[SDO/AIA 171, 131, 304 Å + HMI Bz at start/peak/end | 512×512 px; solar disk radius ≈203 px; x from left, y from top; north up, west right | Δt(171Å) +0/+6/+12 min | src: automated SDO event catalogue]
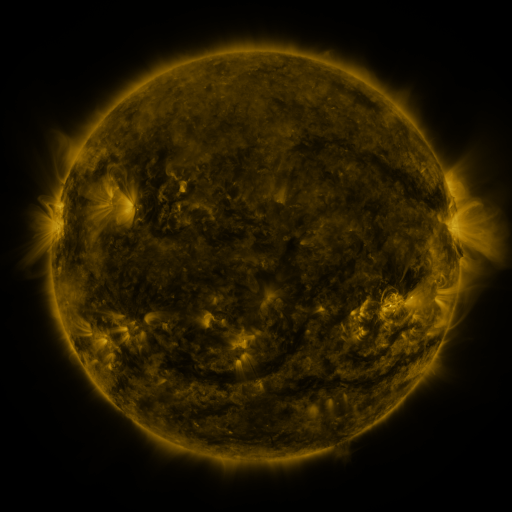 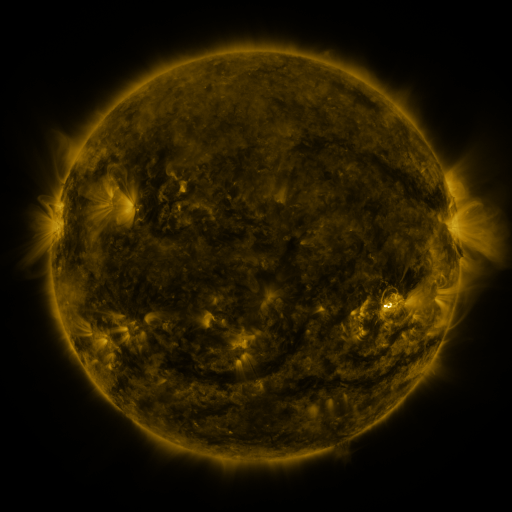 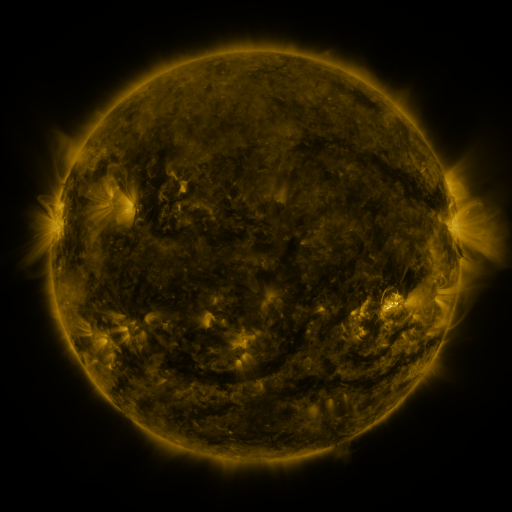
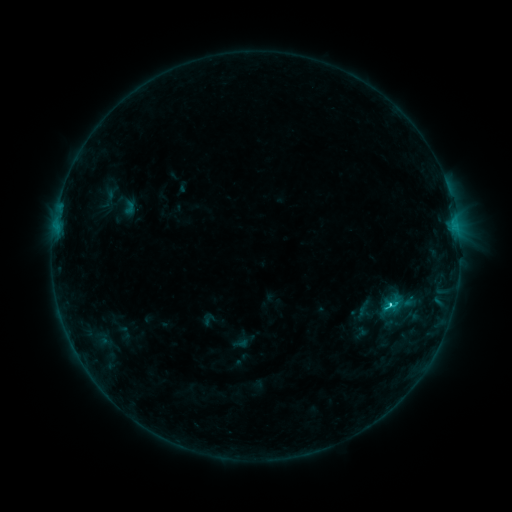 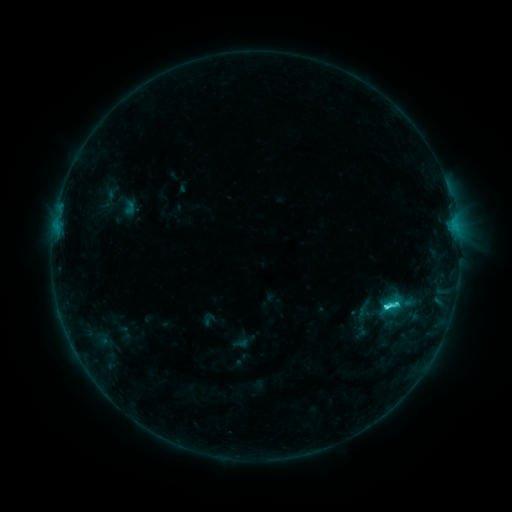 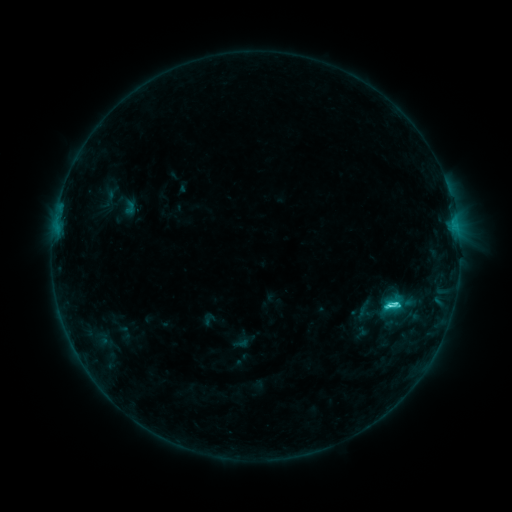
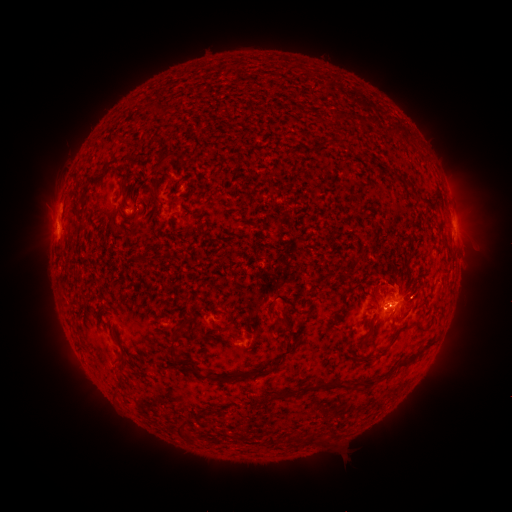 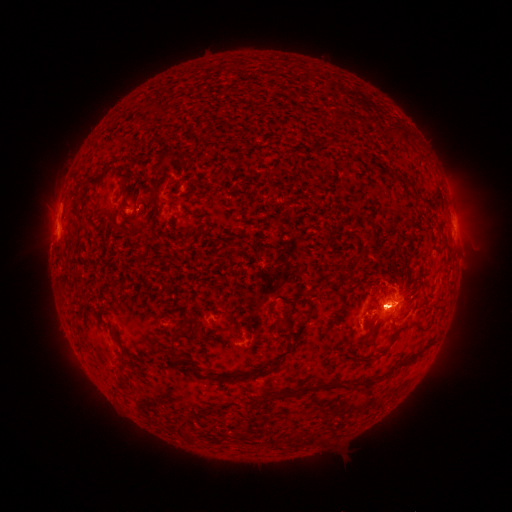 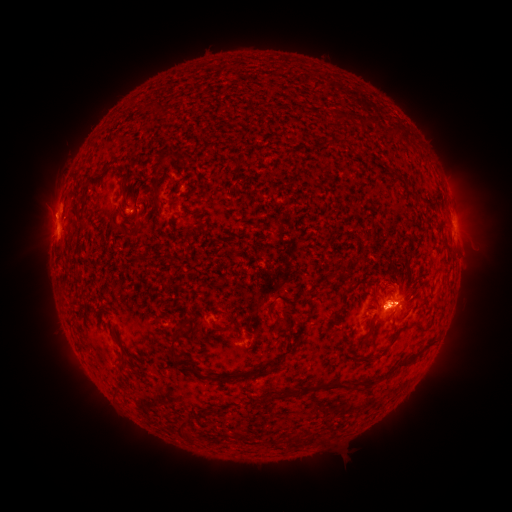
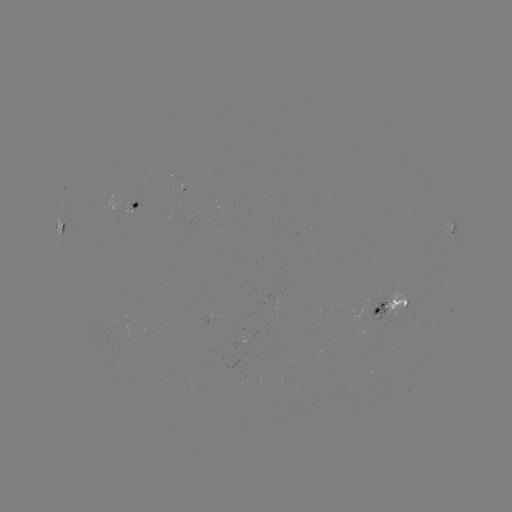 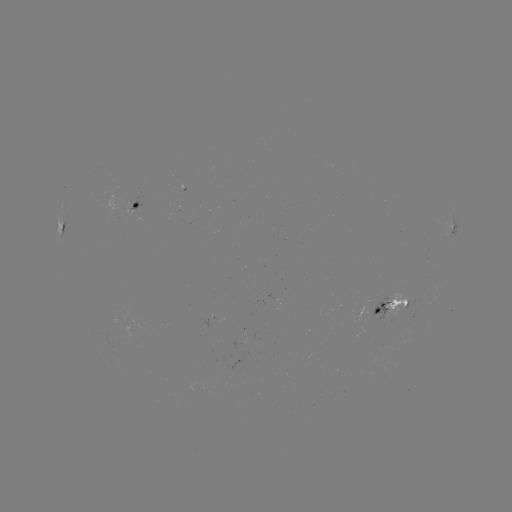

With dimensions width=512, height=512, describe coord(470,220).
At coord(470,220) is eruption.